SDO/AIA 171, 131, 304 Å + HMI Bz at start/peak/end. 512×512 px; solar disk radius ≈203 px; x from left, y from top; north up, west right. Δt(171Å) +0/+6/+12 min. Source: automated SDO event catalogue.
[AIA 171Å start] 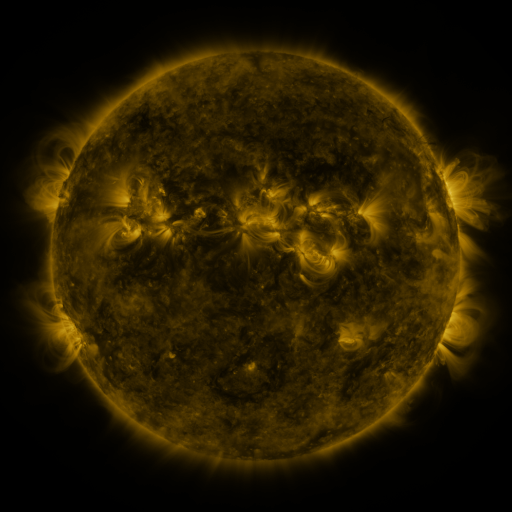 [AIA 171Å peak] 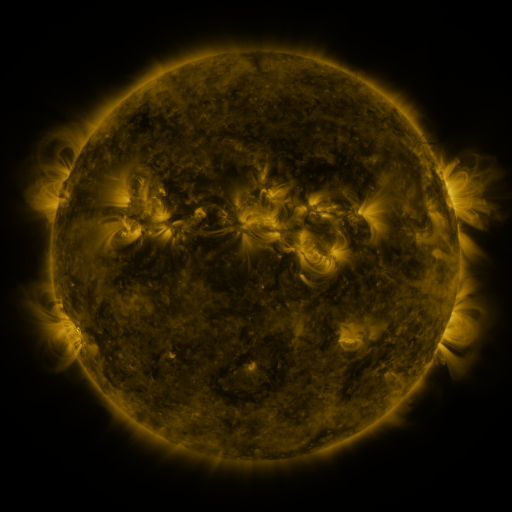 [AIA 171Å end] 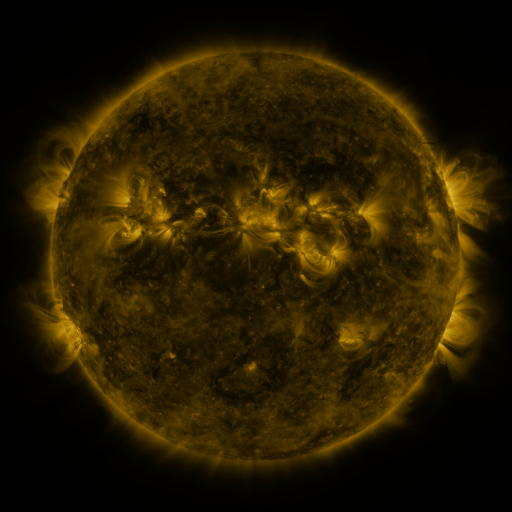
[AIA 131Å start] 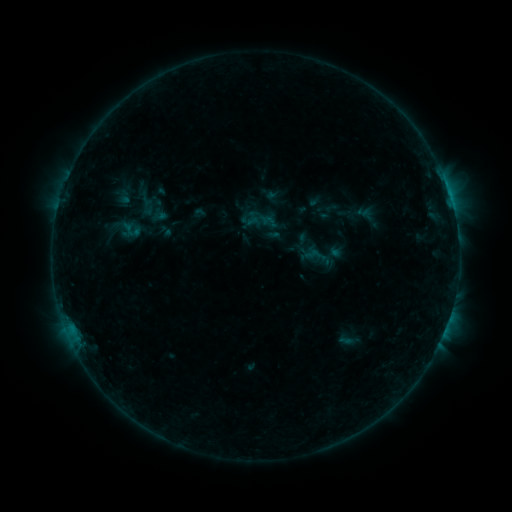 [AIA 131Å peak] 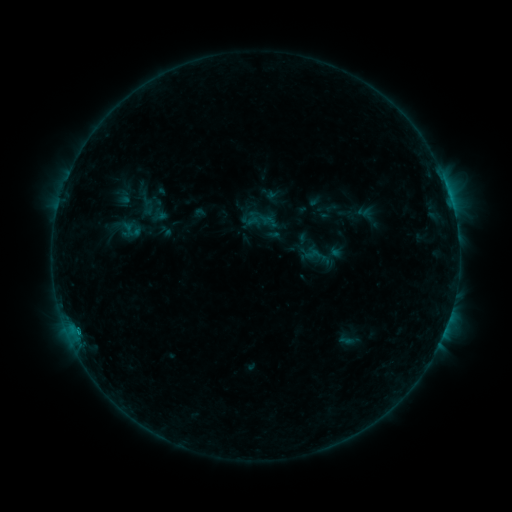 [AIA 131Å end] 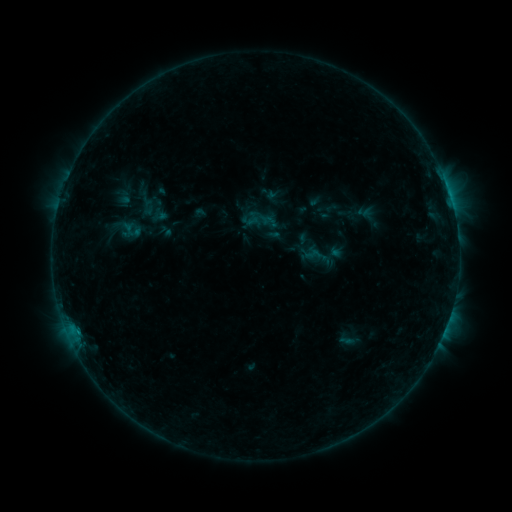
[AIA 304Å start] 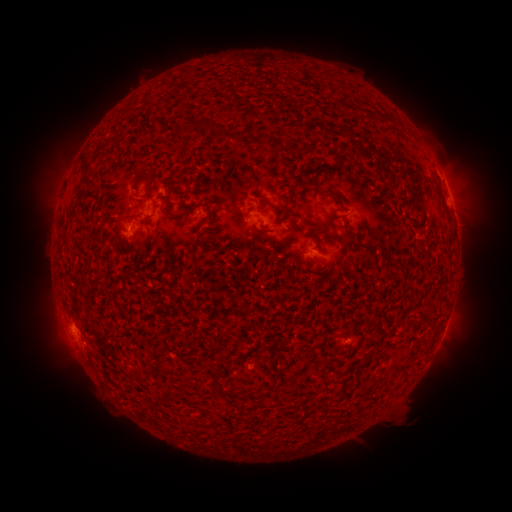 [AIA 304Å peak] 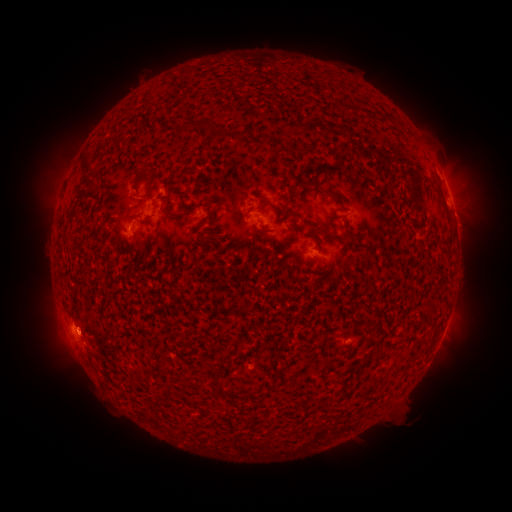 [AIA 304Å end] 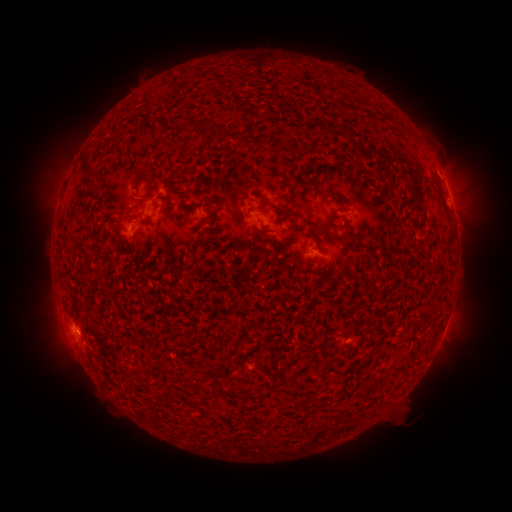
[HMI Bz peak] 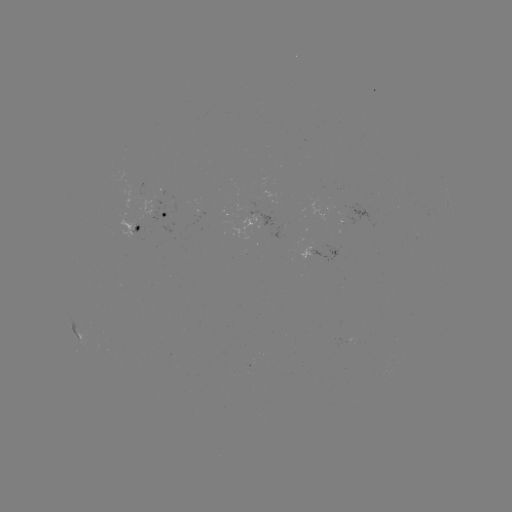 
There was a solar flare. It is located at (78, 331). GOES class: B3.4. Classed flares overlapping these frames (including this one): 1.